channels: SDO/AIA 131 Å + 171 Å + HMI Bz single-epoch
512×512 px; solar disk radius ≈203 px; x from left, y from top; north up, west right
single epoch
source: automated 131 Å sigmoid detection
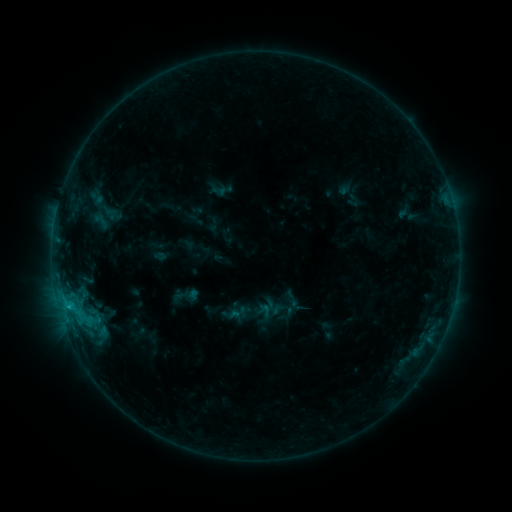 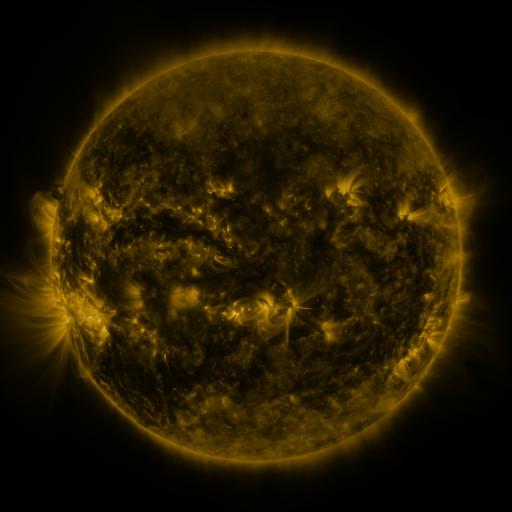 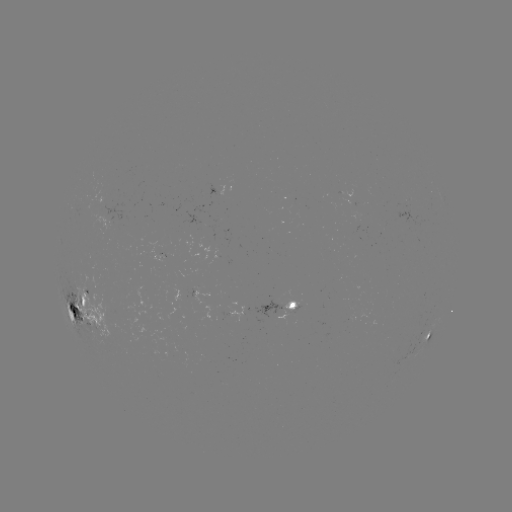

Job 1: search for sigmoid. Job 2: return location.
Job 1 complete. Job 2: [160, 256].